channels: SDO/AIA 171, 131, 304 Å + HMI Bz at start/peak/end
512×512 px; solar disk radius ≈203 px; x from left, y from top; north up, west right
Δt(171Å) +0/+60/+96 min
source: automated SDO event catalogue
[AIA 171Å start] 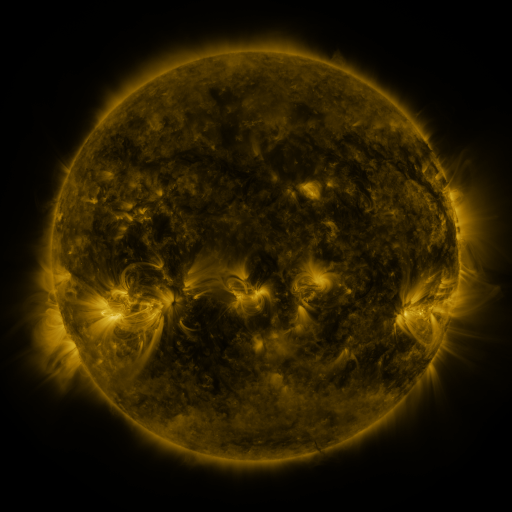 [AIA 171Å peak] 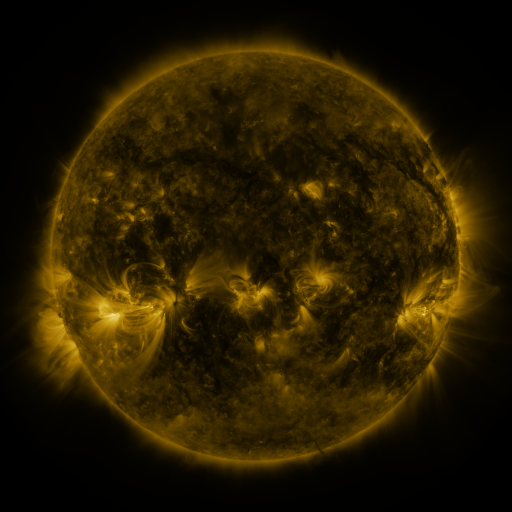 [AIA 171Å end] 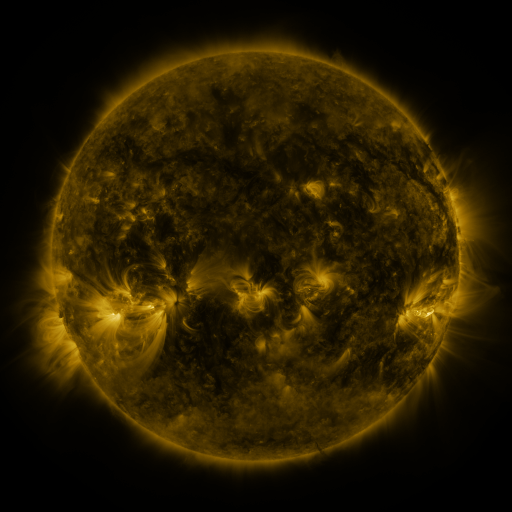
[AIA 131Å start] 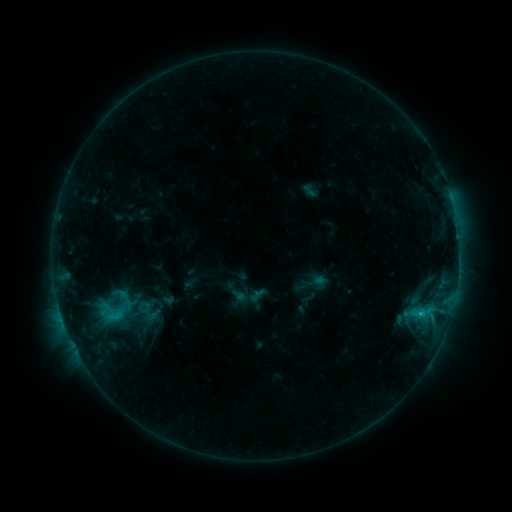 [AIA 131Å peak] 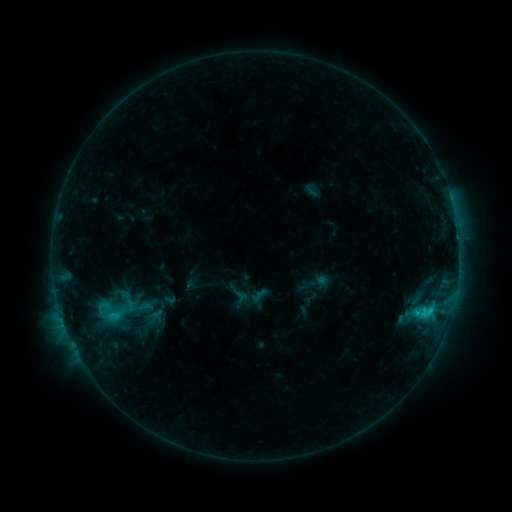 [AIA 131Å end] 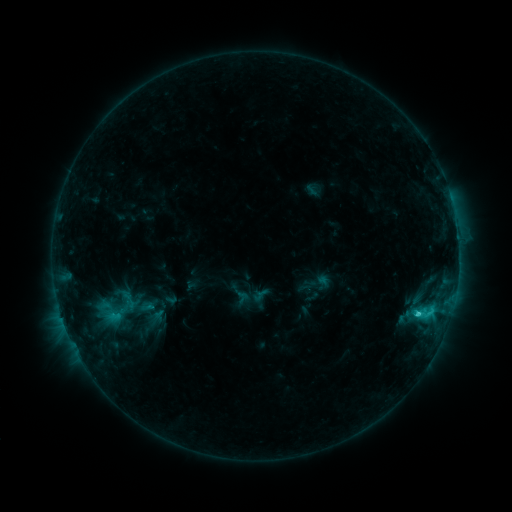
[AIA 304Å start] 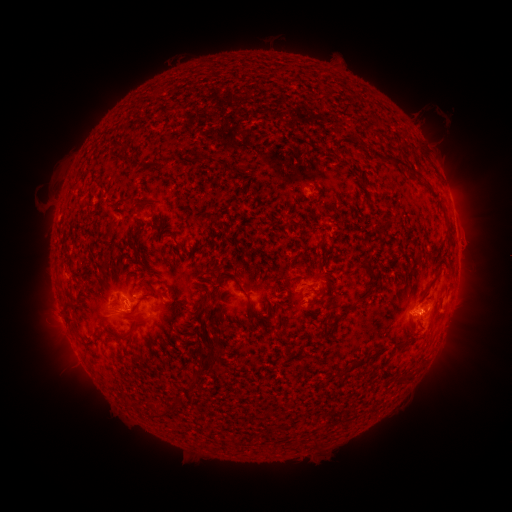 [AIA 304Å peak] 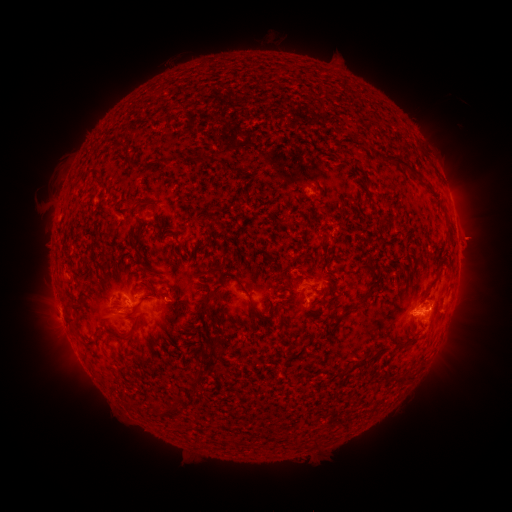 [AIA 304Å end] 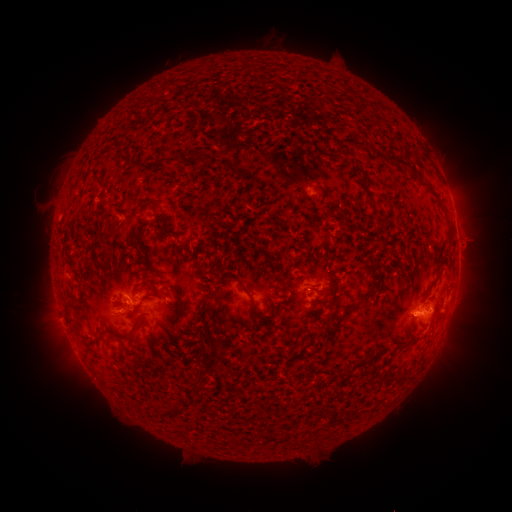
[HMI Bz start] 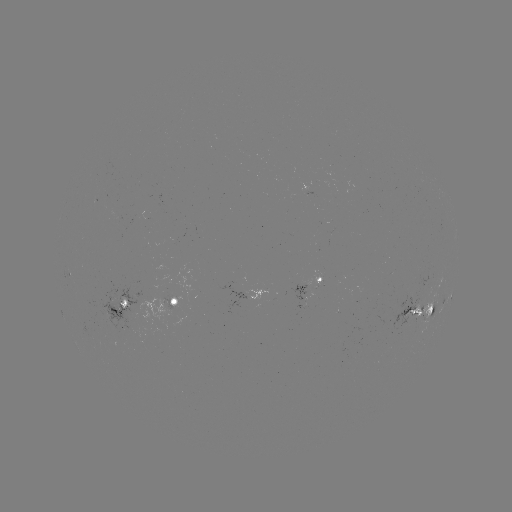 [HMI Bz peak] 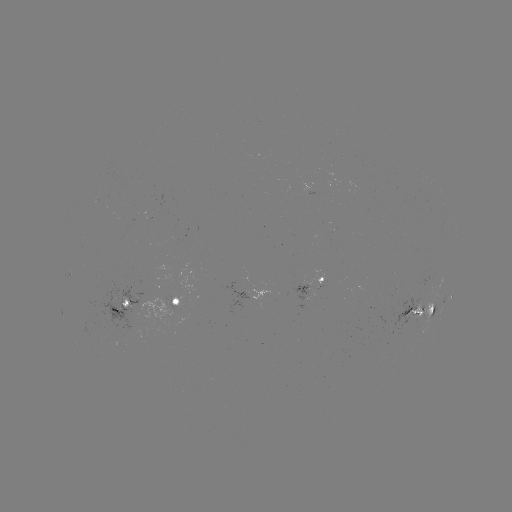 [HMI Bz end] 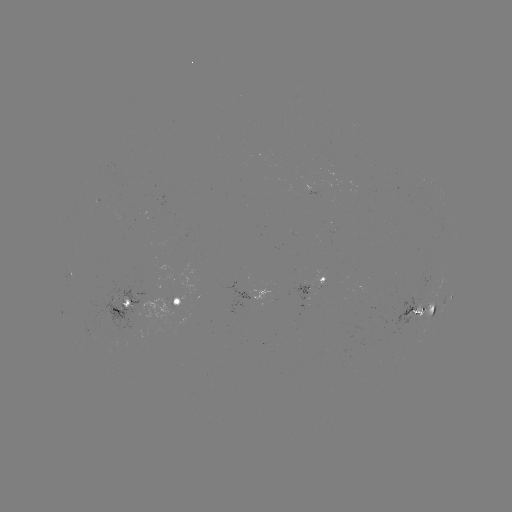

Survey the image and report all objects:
emerging-flux region: (173, 300)
